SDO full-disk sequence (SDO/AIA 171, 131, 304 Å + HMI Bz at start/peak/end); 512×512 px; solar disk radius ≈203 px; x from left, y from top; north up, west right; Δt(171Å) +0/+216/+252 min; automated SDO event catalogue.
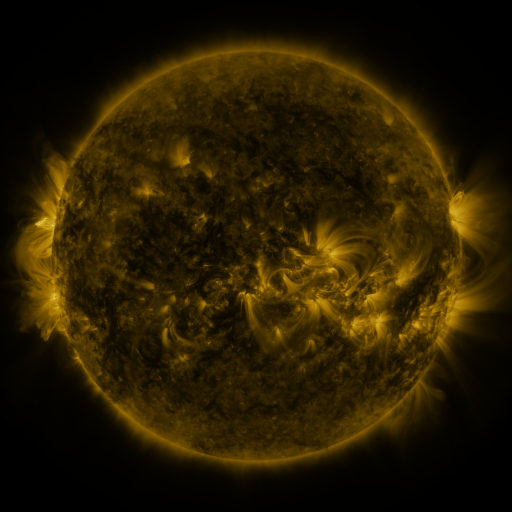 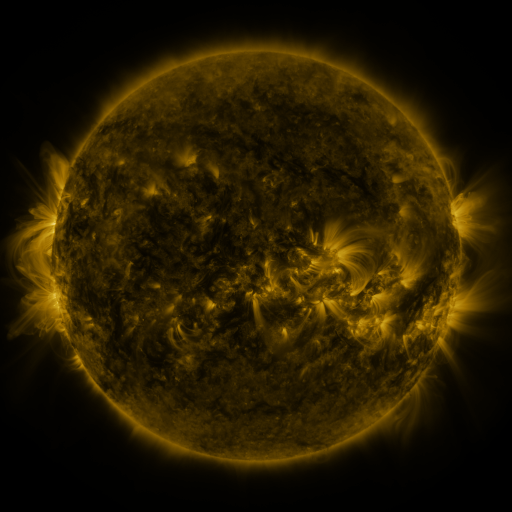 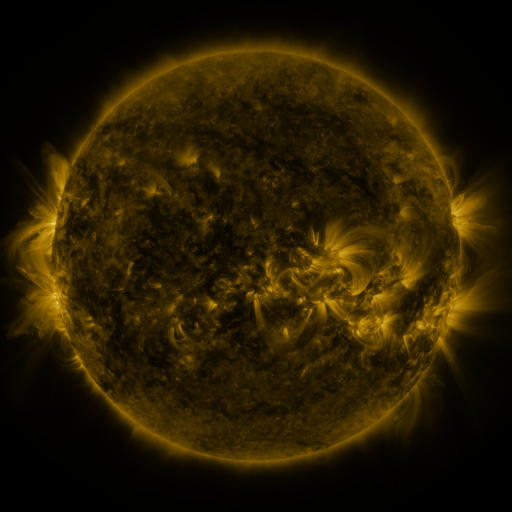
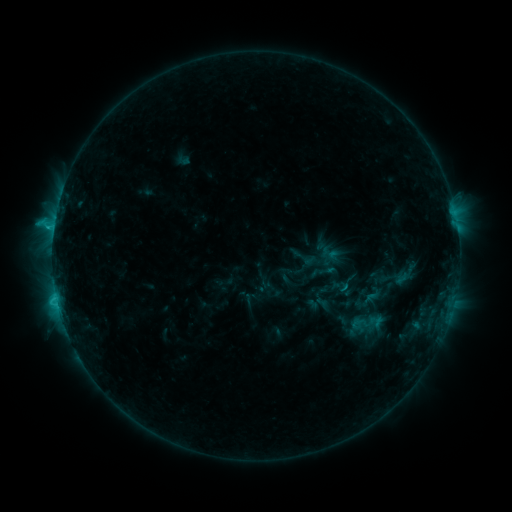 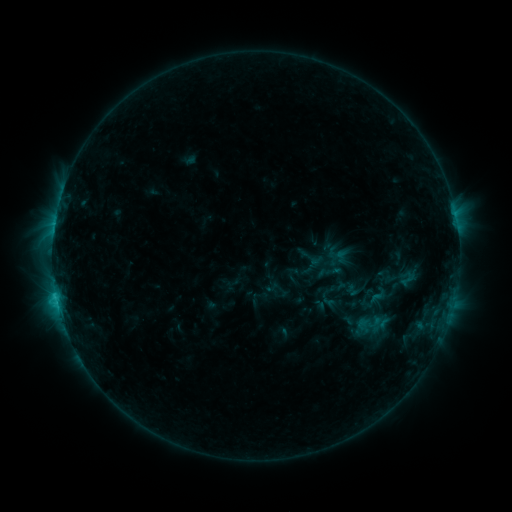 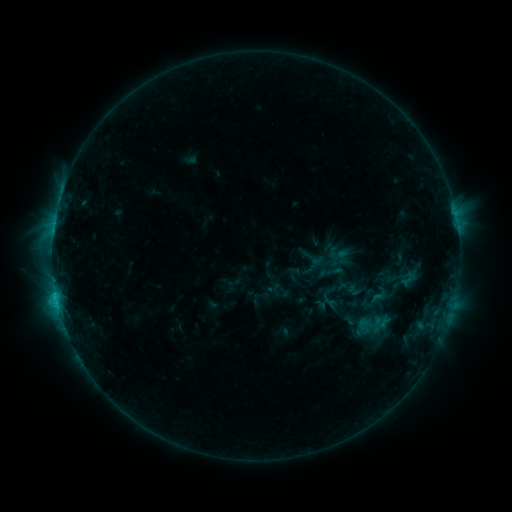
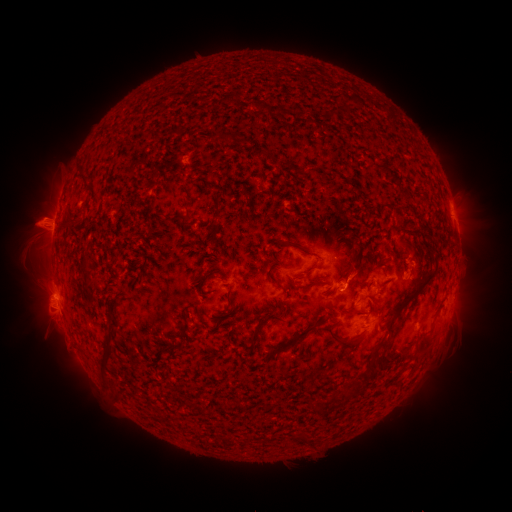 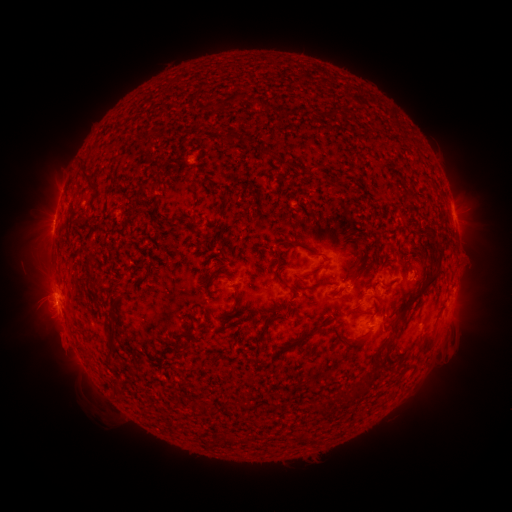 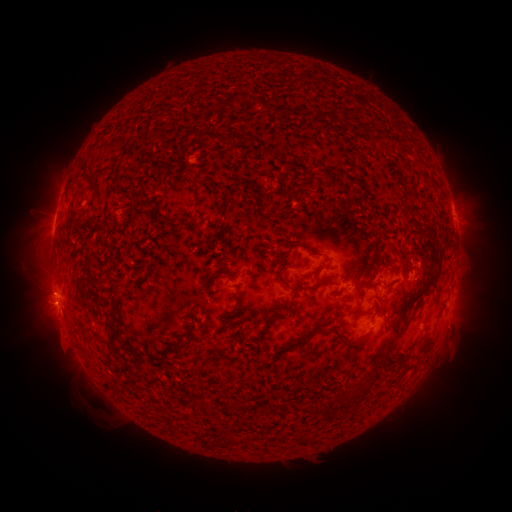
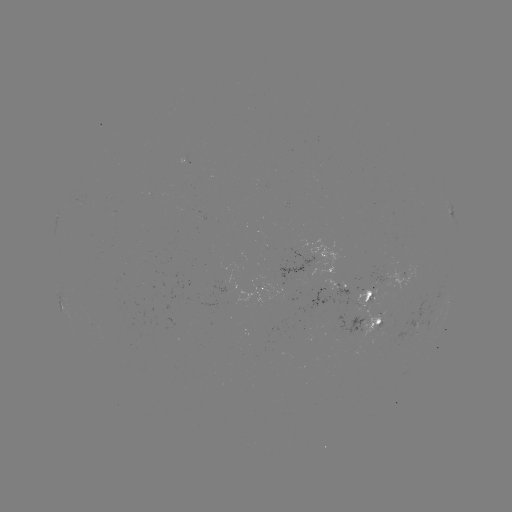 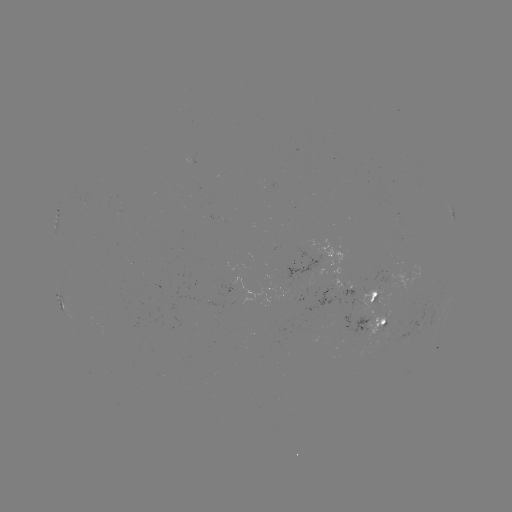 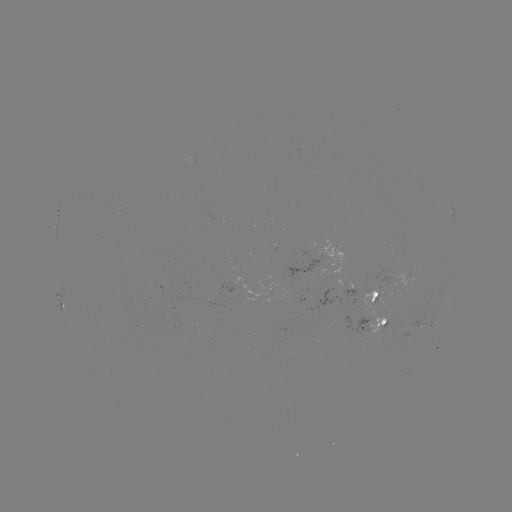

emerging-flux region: [284, 249, 320, 288]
